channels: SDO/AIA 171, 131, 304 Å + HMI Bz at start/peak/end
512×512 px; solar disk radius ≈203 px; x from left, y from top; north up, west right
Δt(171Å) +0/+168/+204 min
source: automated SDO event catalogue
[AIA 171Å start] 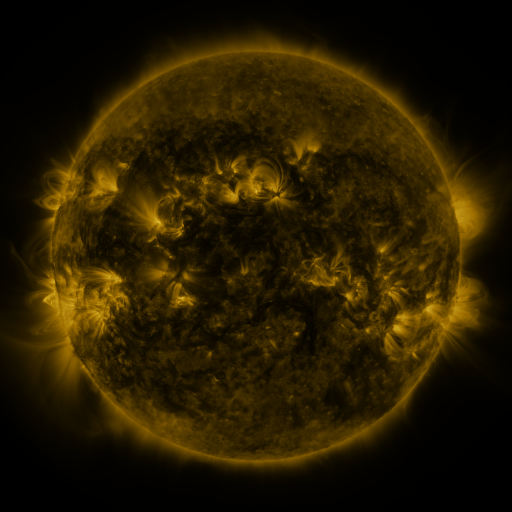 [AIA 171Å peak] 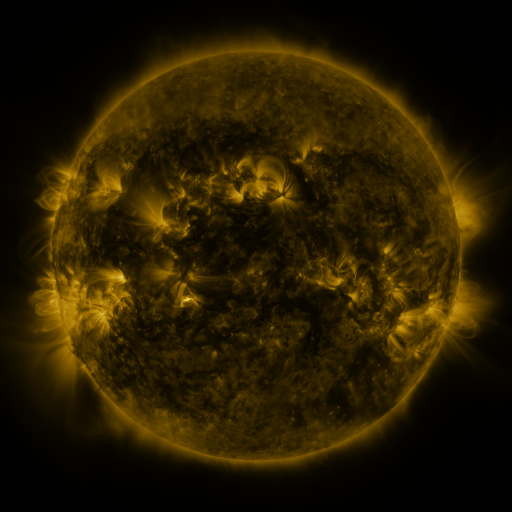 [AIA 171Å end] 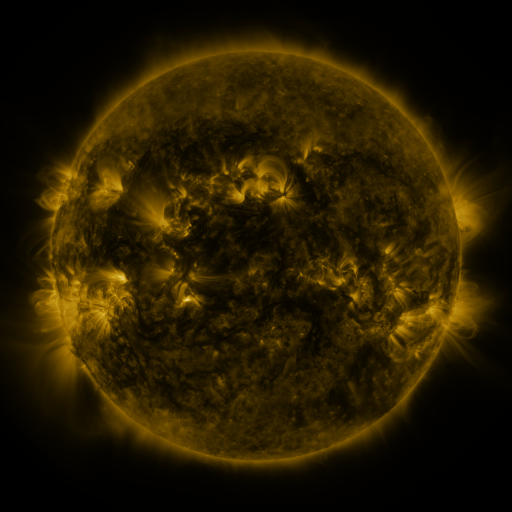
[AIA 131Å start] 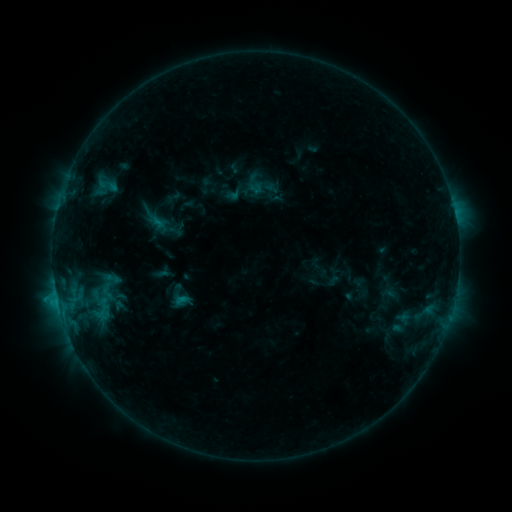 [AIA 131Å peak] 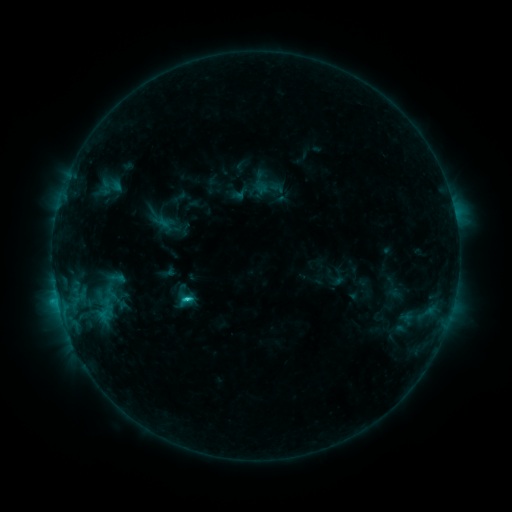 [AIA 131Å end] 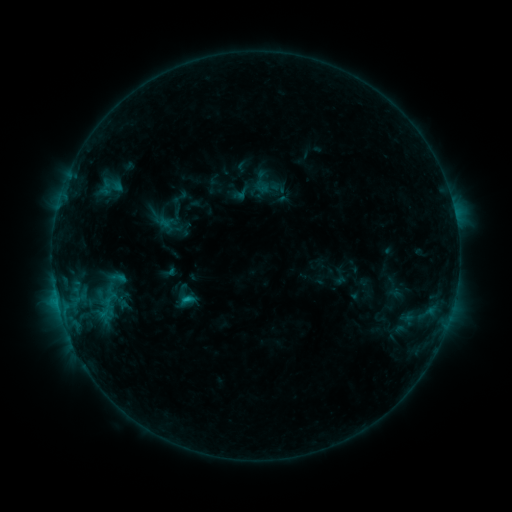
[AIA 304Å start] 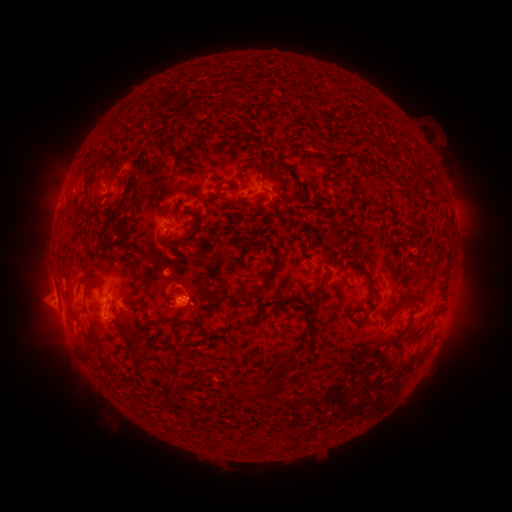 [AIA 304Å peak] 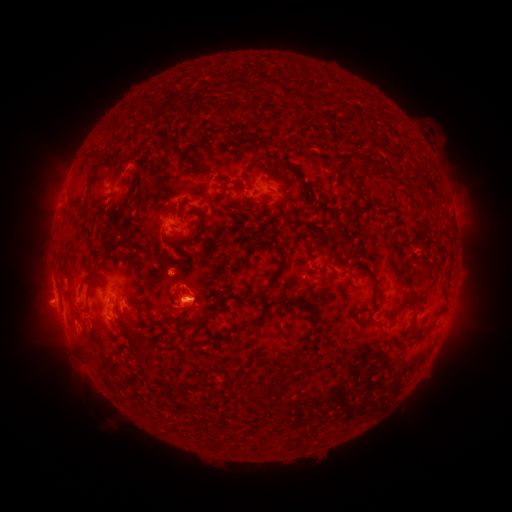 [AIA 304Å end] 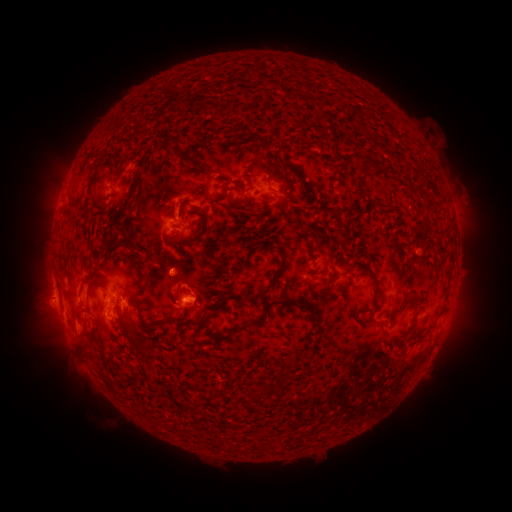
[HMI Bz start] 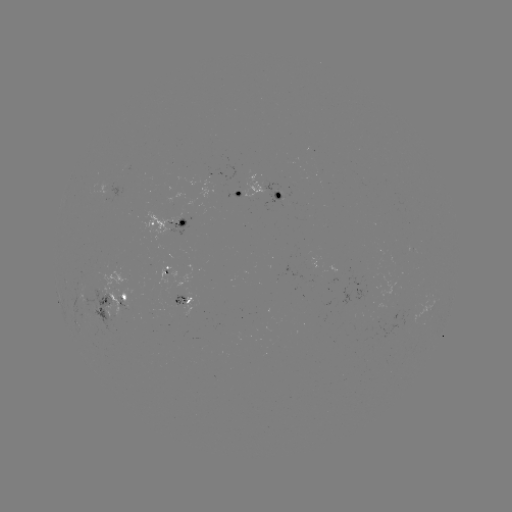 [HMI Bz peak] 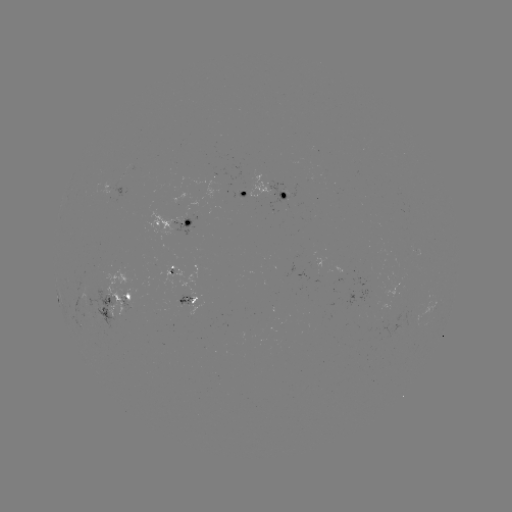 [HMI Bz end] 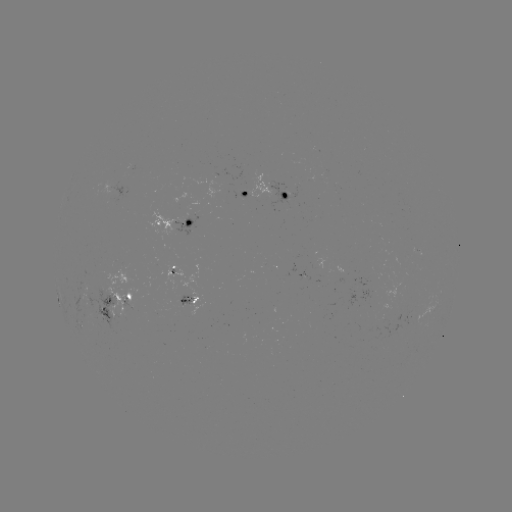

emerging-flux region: (296, 272, 309, 281)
